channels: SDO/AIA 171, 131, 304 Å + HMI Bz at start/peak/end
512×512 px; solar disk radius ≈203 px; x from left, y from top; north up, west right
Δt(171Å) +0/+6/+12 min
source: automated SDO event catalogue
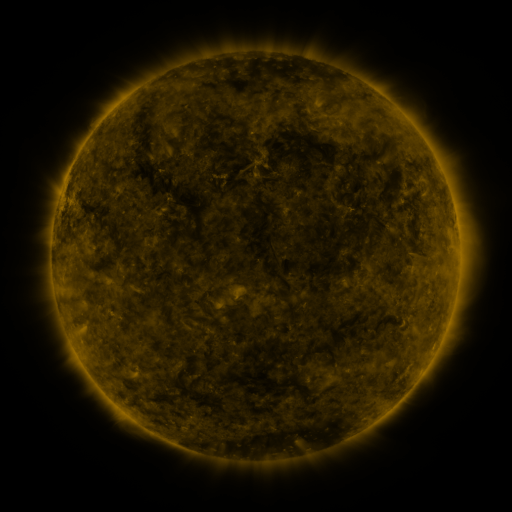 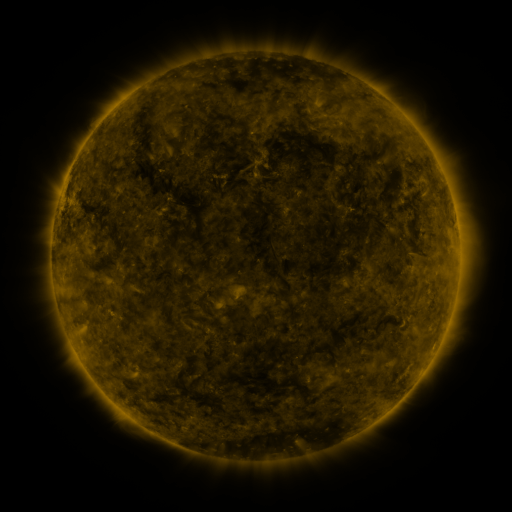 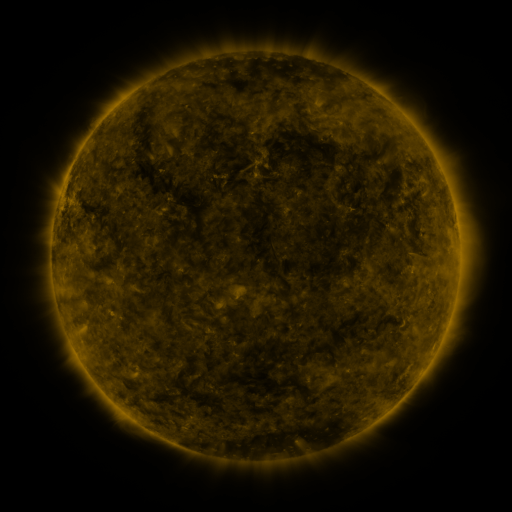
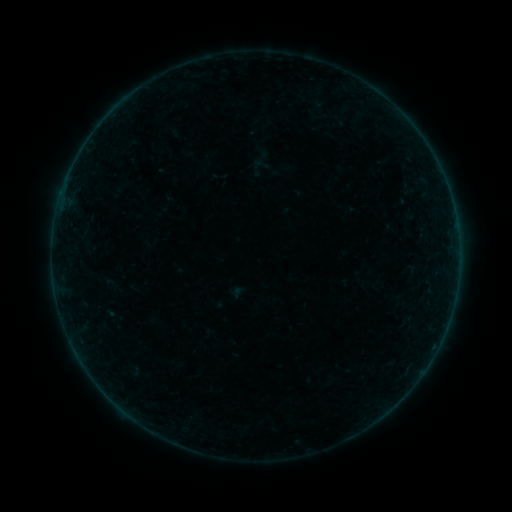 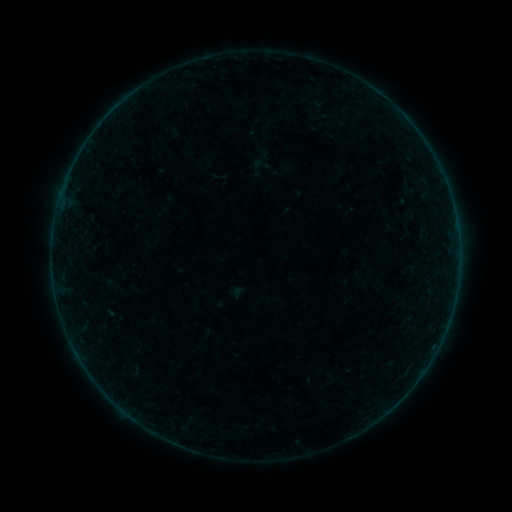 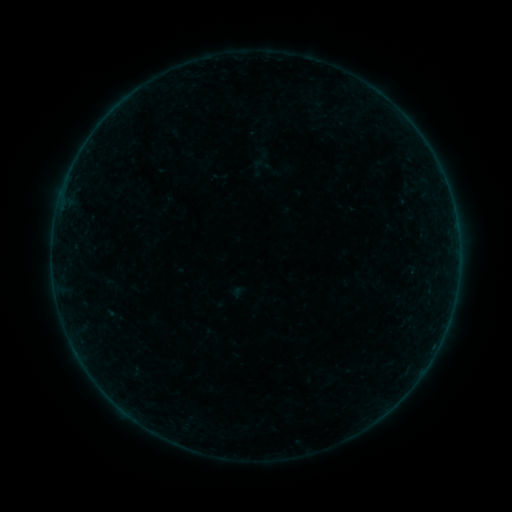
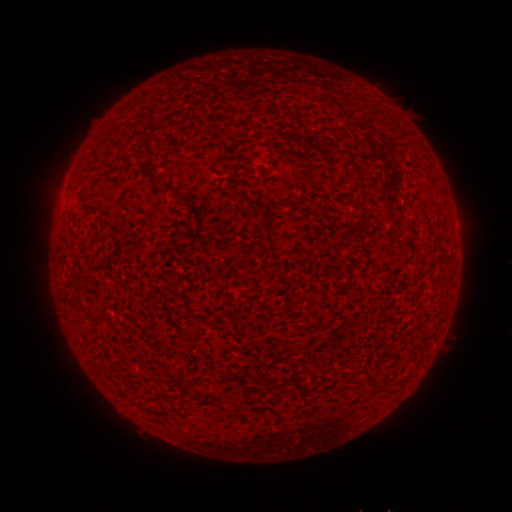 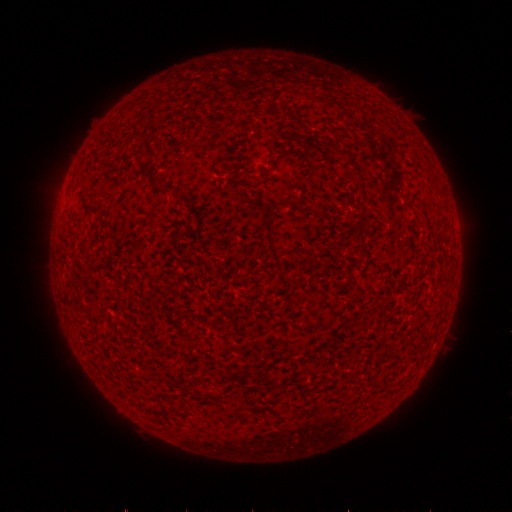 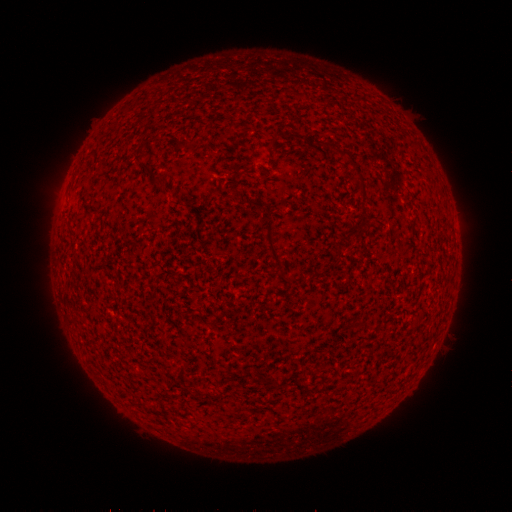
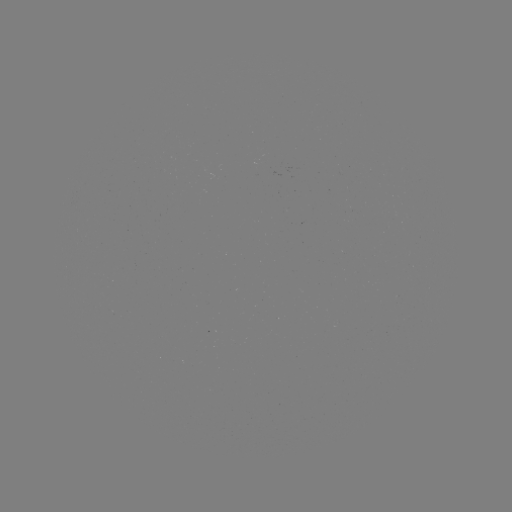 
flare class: B2.1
